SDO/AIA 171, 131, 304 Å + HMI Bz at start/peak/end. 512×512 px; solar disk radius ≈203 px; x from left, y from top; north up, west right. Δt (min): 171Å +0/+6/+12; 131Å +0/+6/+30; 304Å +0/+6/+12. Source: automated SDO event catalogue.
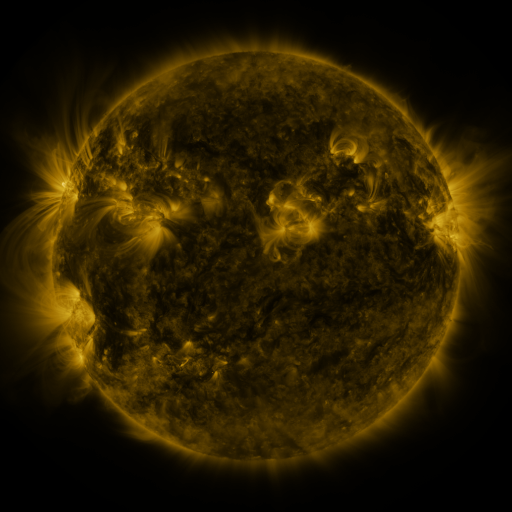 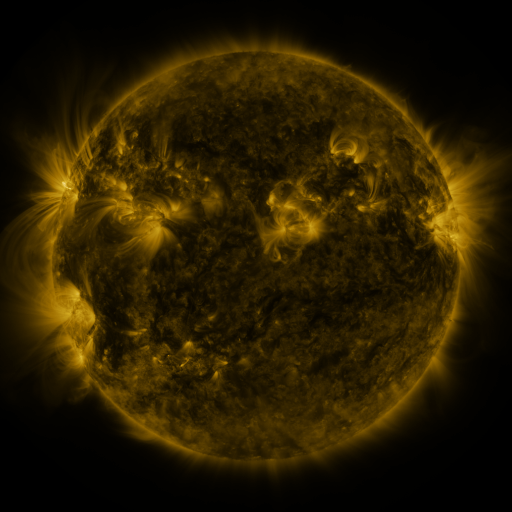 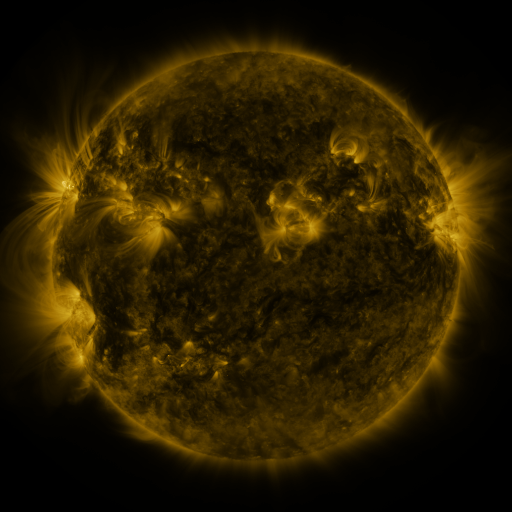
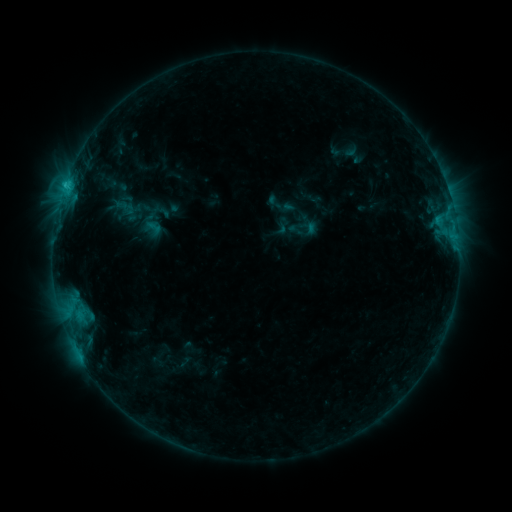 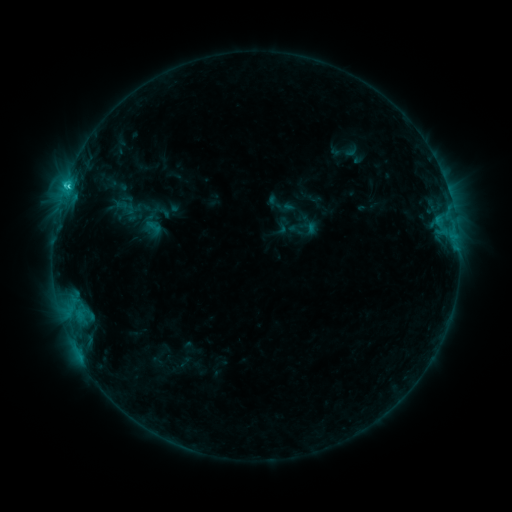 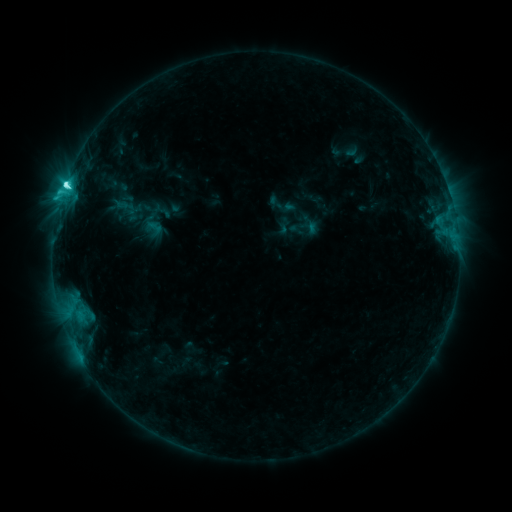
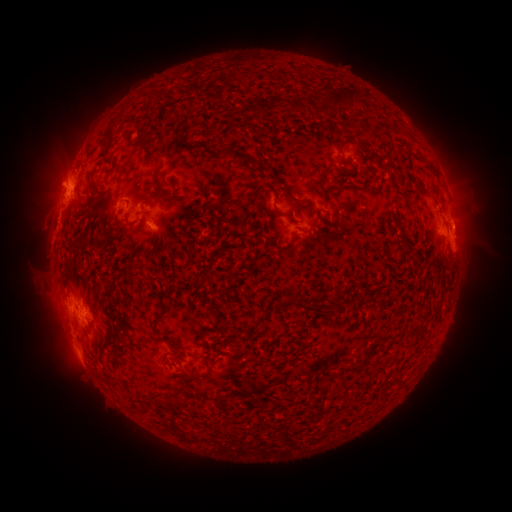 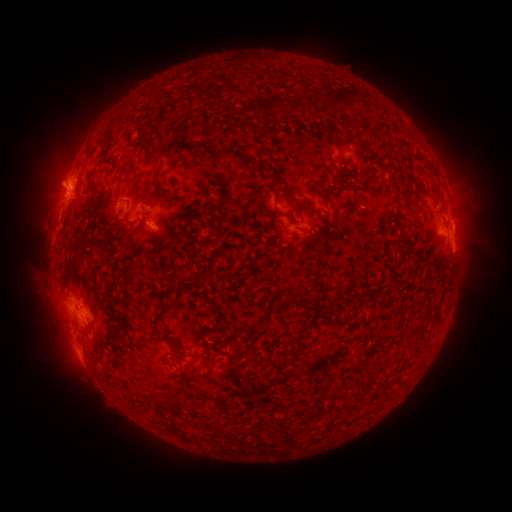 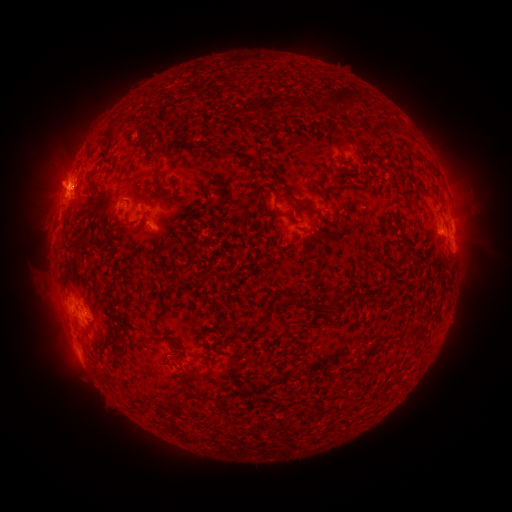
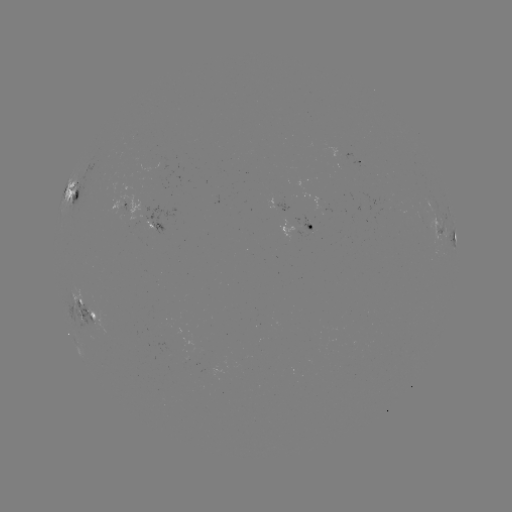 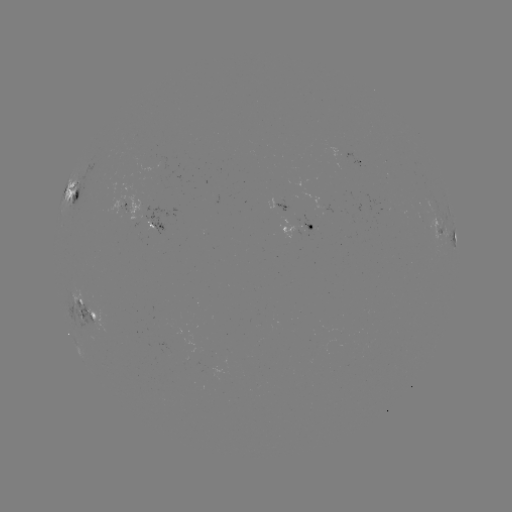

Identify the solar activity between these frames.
C7.8 flare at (67, 188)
